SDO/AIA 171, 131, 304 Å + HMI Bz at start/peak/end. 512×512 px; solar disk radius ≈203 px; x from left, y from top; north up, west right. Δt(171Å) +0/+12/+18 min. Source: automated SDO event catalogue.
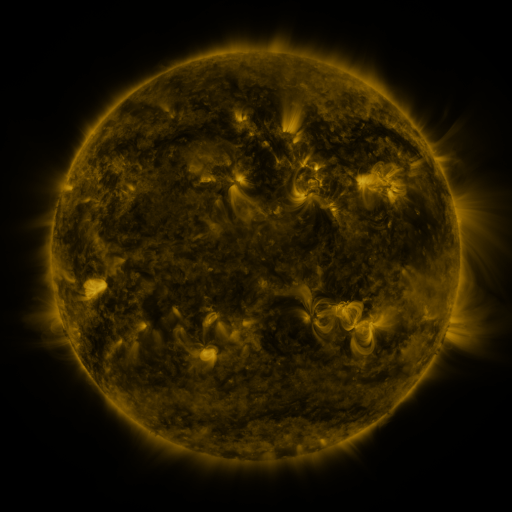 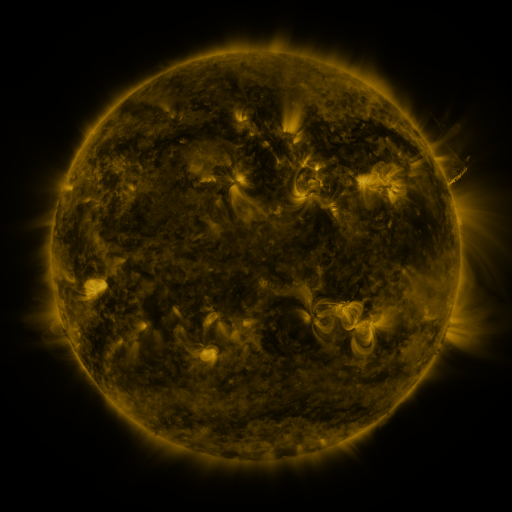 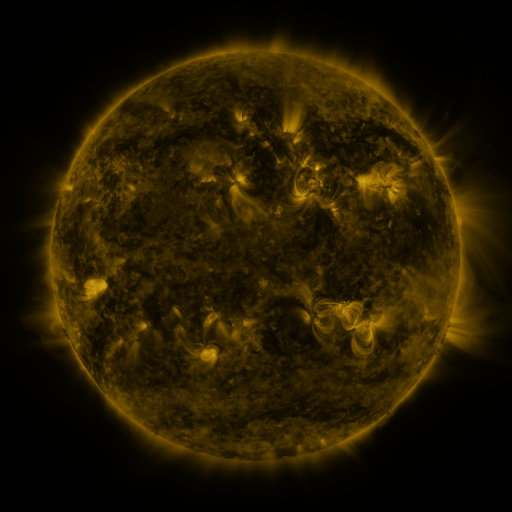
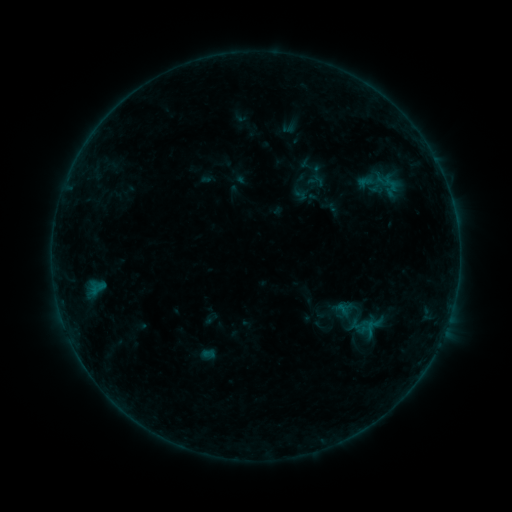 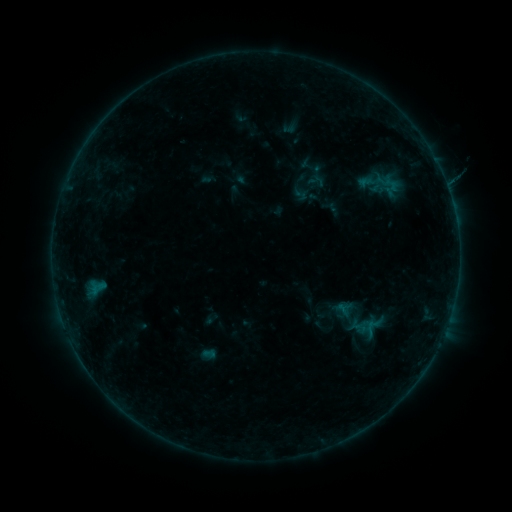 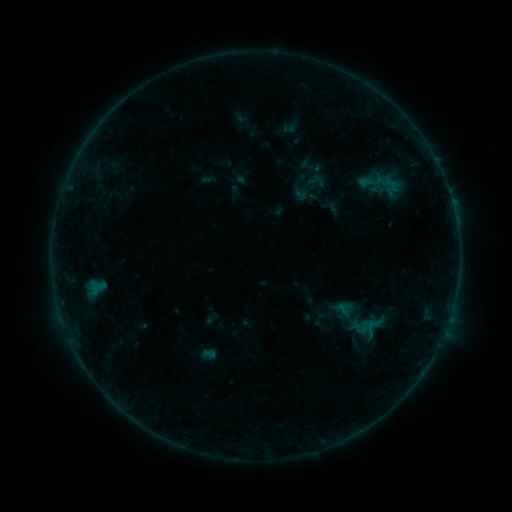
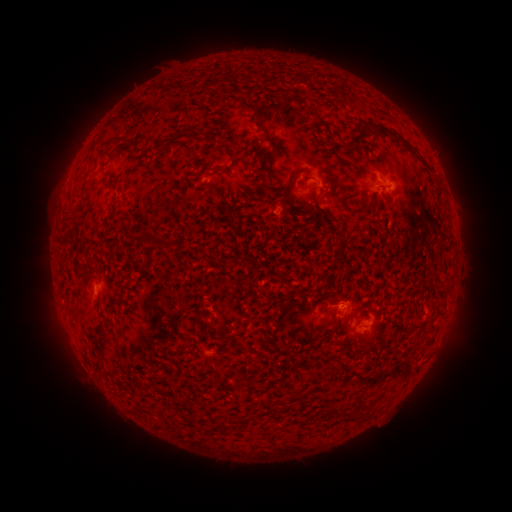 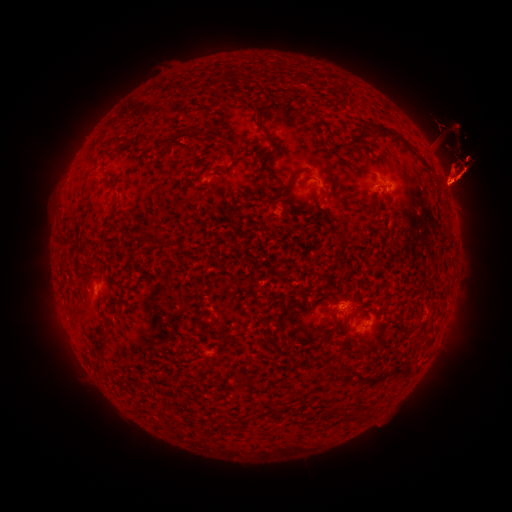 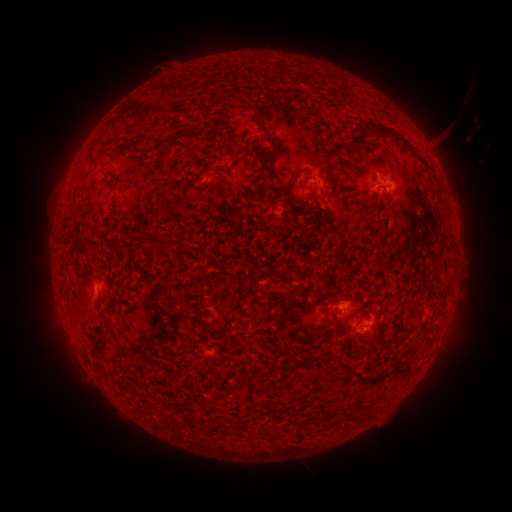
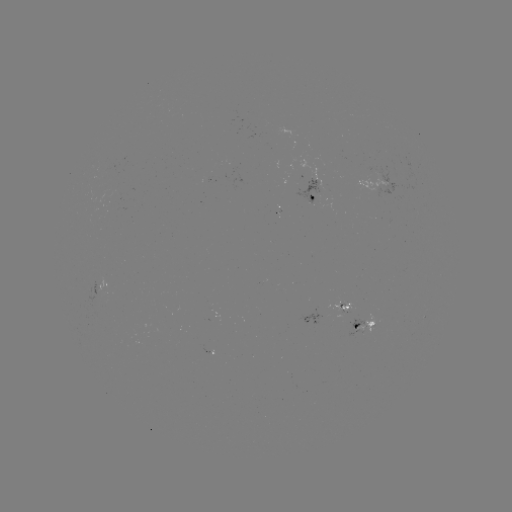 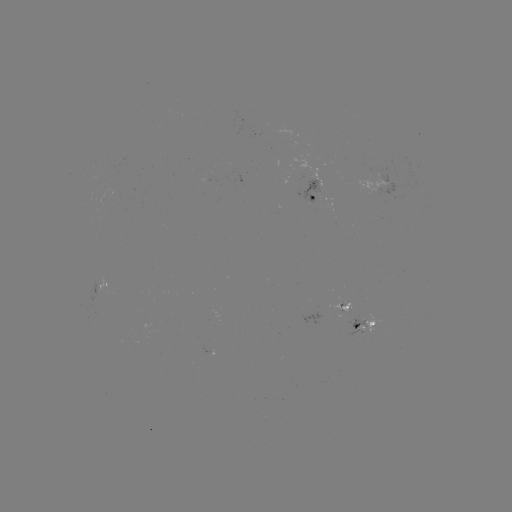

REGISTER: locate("eruption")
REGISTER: (455, 163)